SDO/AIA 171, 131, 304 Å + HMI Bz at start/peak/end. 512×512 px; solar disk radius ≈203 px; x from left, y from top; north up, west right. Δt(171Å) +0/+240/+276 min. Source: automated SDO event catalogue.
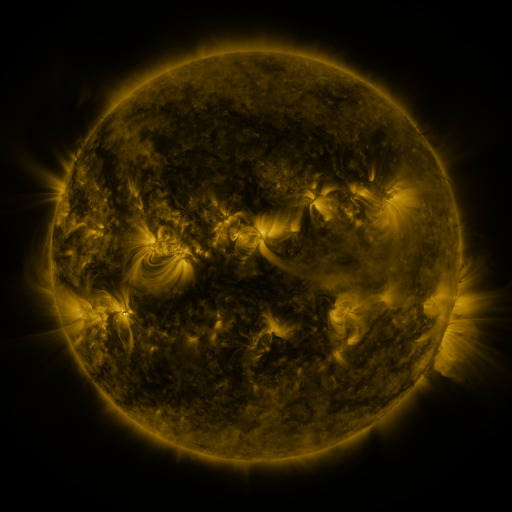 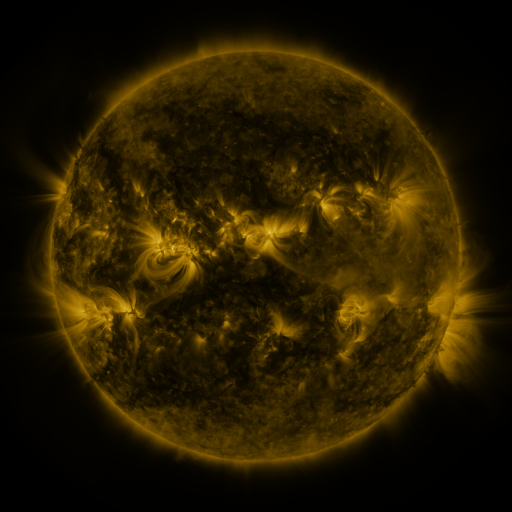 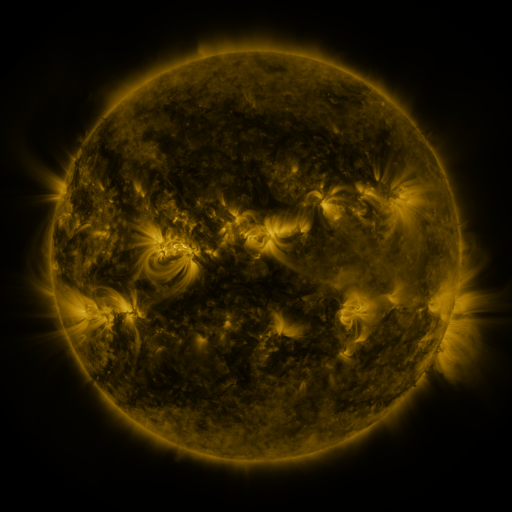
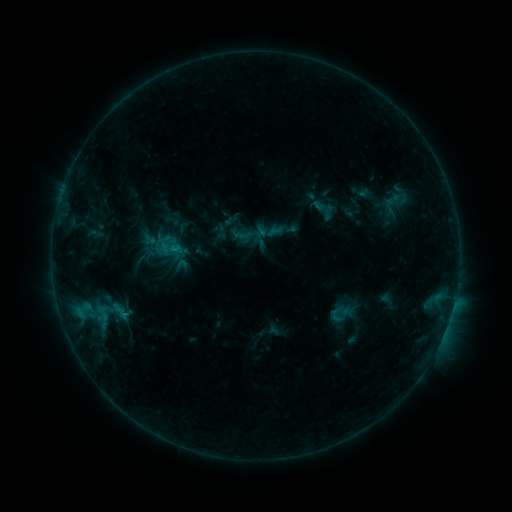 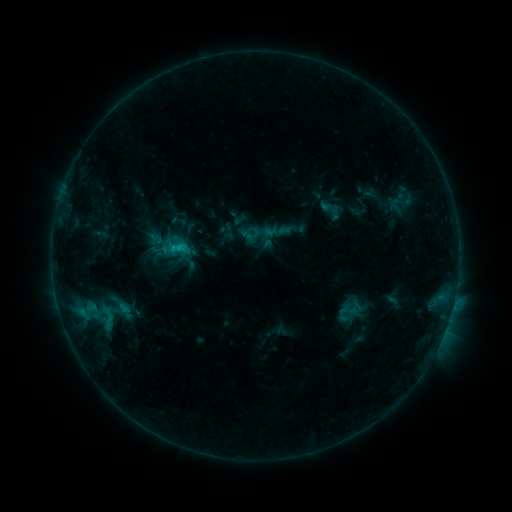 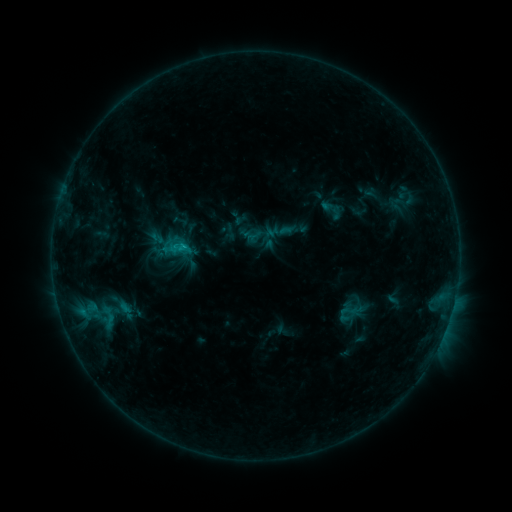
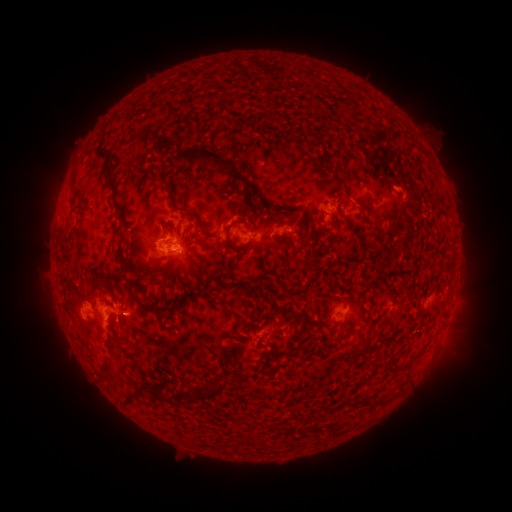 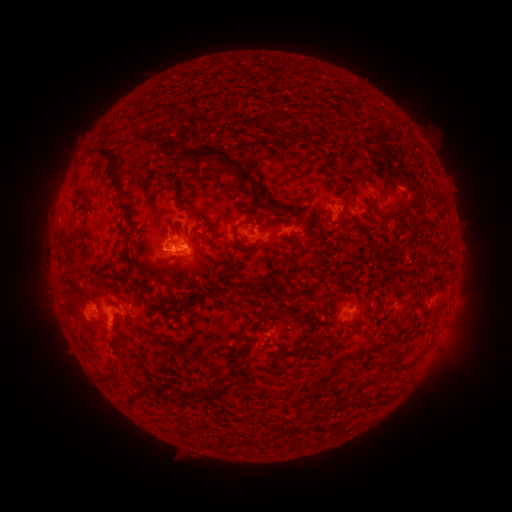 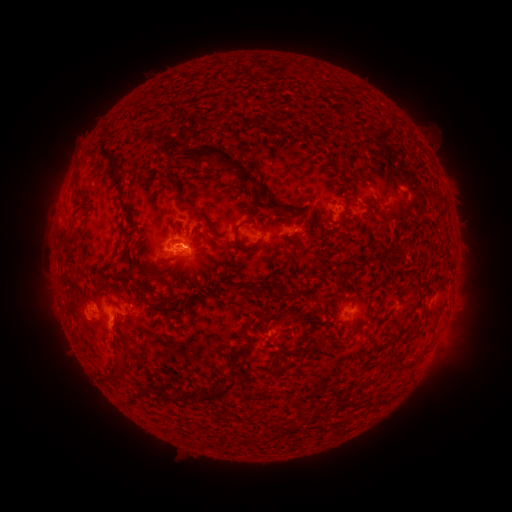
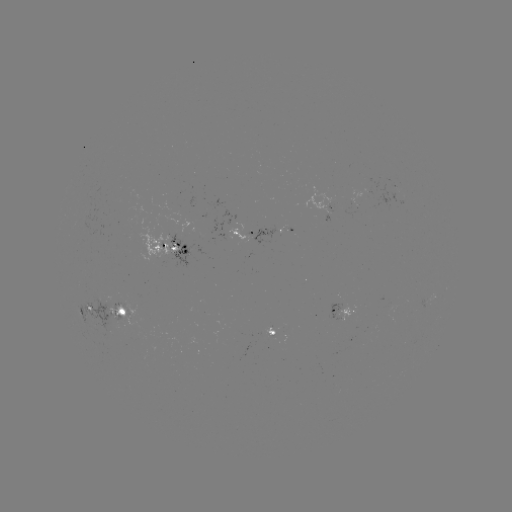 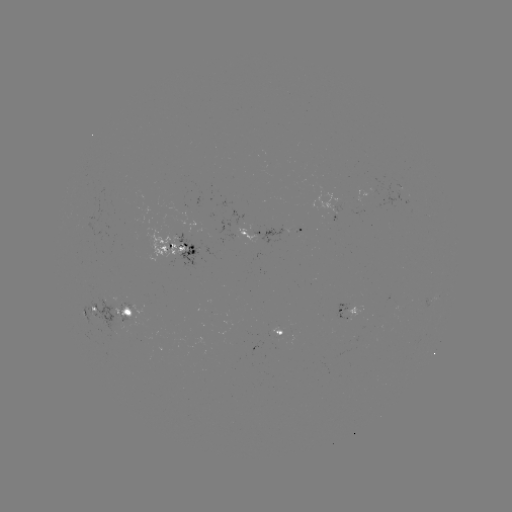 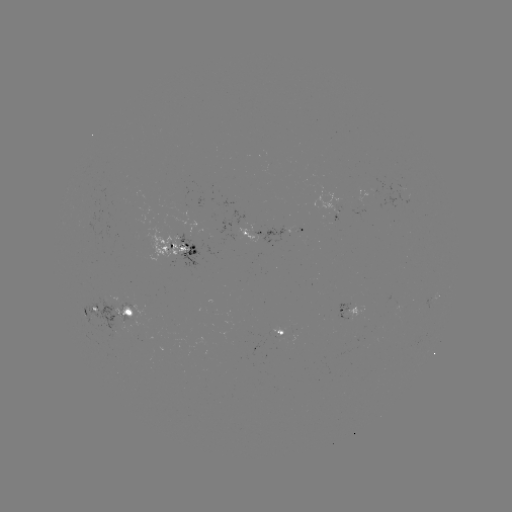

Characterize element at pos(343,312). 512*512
emerging-flux region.